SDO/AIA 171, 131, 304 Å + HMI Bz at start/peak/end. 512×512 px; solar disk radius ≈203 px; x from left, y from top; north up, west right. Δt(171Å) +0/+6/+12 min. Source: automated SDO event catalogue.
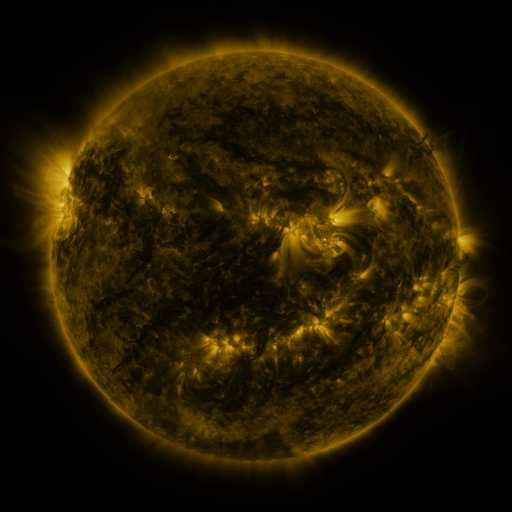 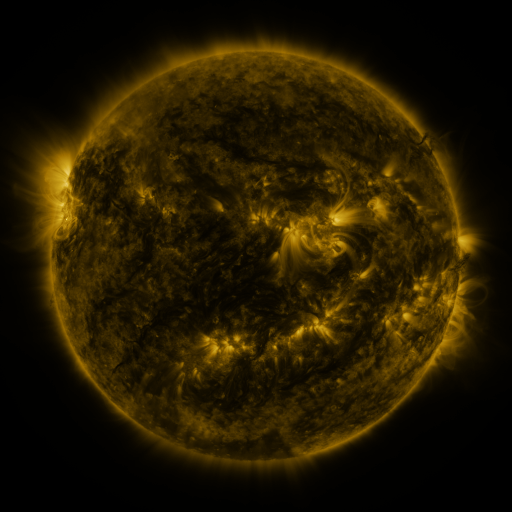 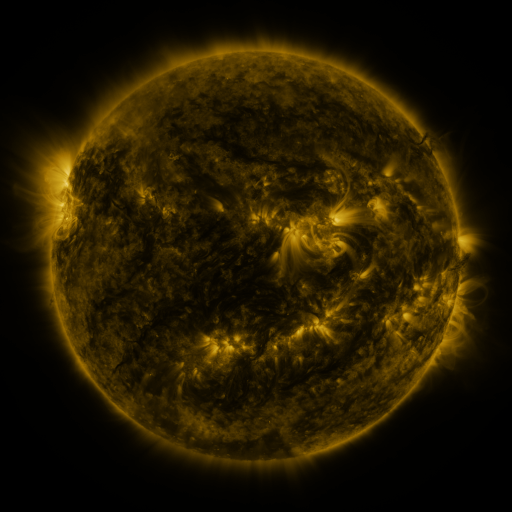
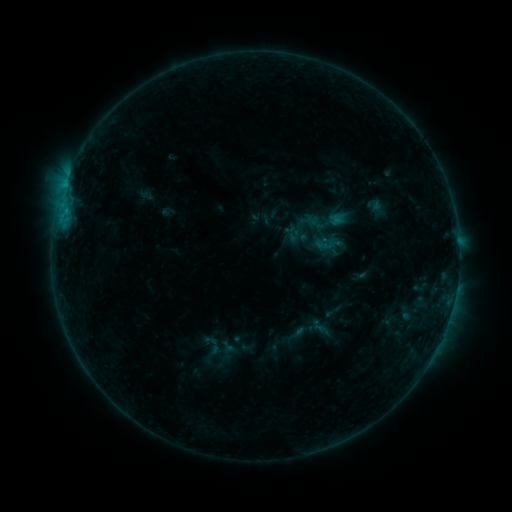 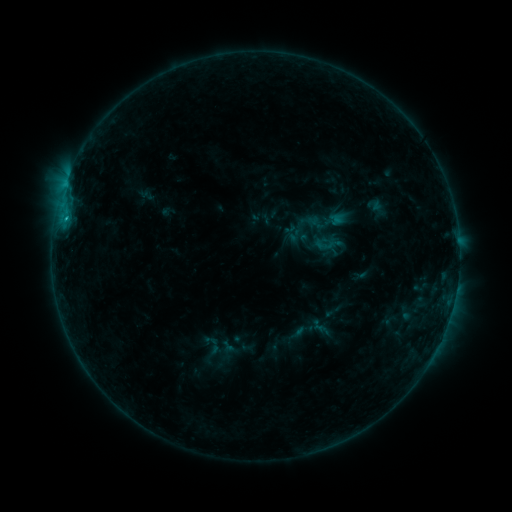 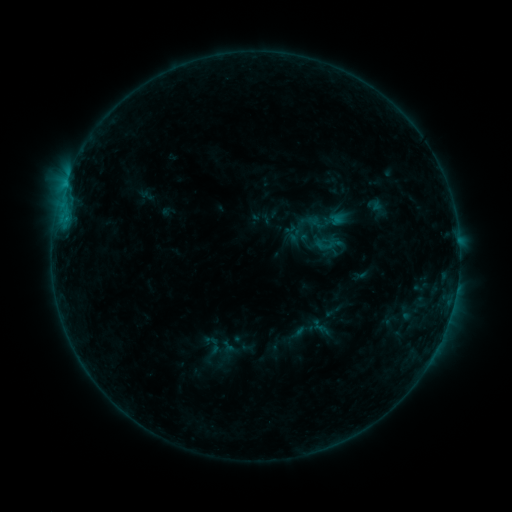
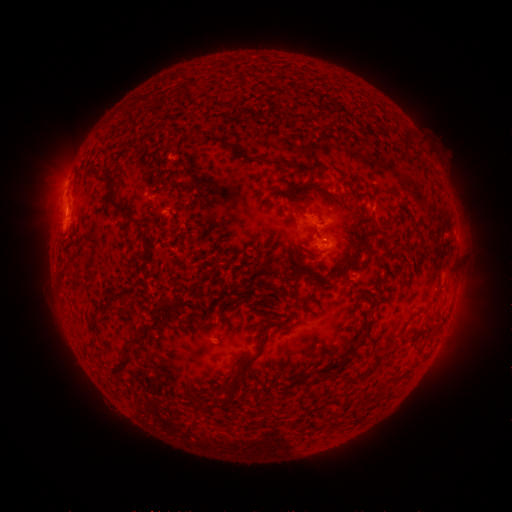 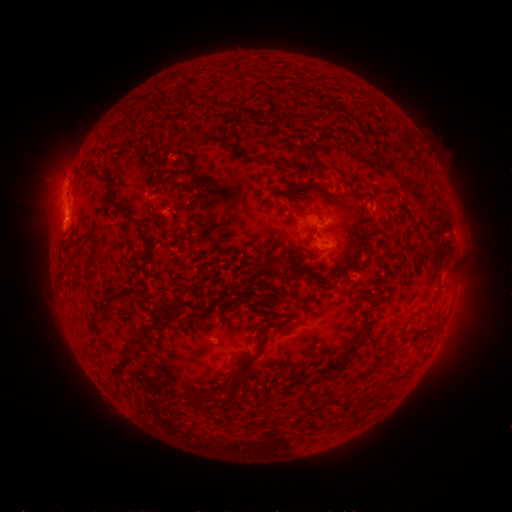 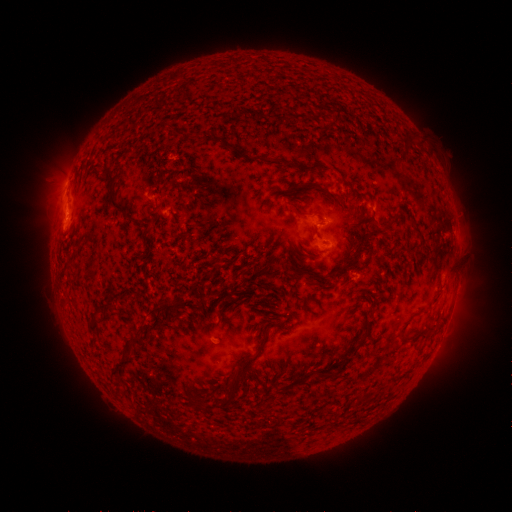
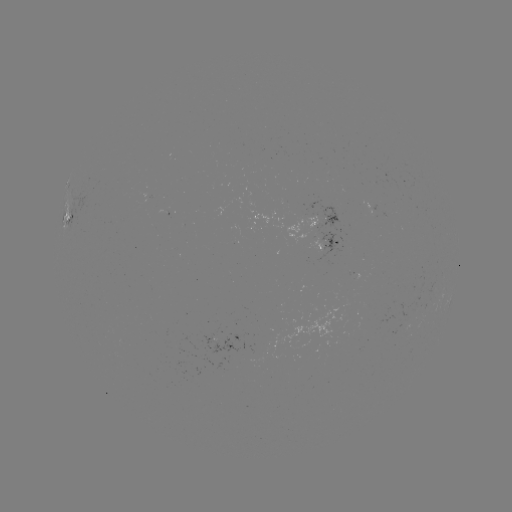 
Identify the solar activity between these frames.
B5.5 flare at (67, 219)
